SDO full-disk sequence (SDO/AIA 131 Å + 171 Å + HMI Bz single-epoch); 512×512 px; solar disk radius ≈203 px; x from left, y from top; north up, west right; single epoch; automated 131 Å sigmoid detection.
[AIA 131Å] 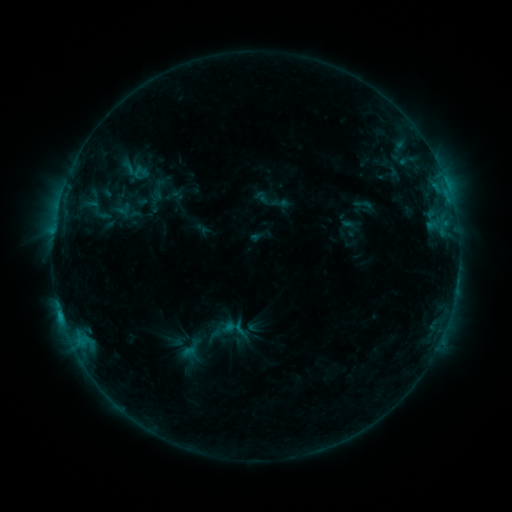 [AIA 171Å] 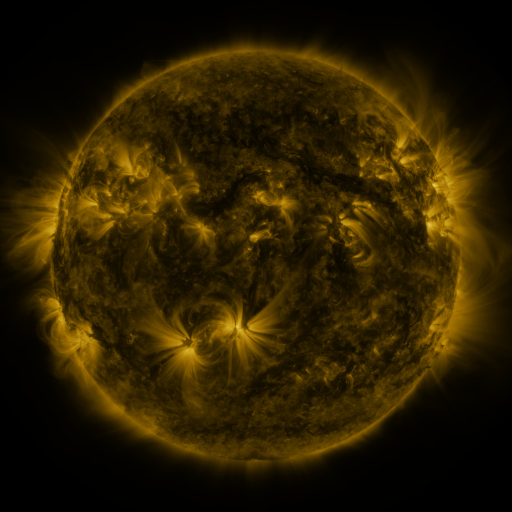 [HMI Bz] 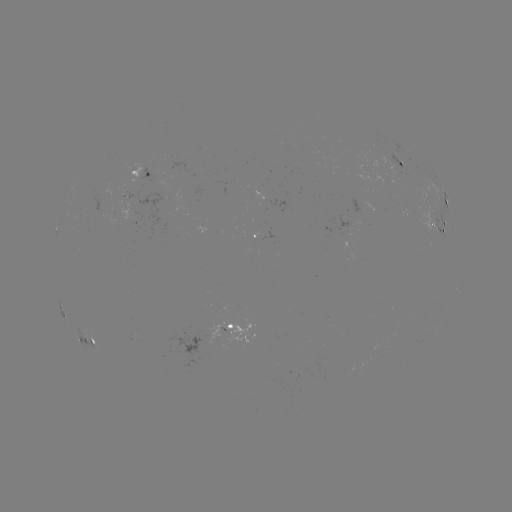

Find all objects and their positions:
sigmoid: (363, 204)
sigmoid: (215, 335)
